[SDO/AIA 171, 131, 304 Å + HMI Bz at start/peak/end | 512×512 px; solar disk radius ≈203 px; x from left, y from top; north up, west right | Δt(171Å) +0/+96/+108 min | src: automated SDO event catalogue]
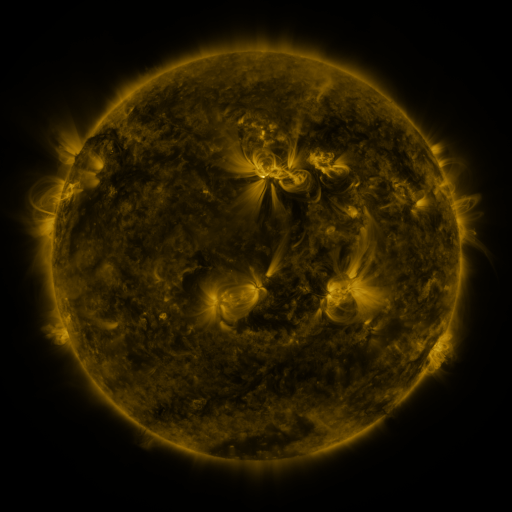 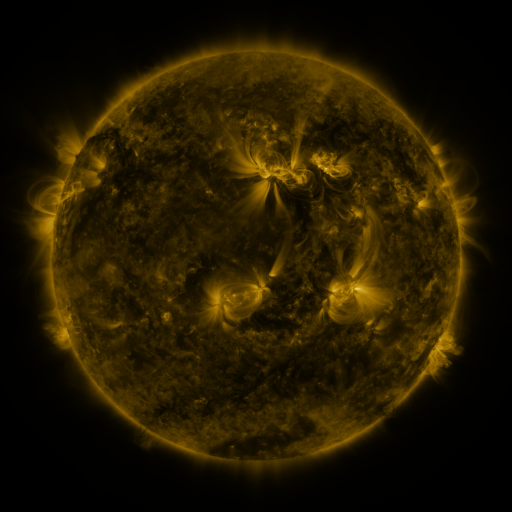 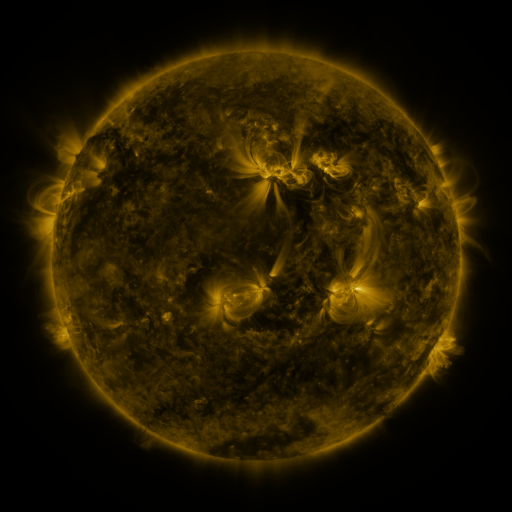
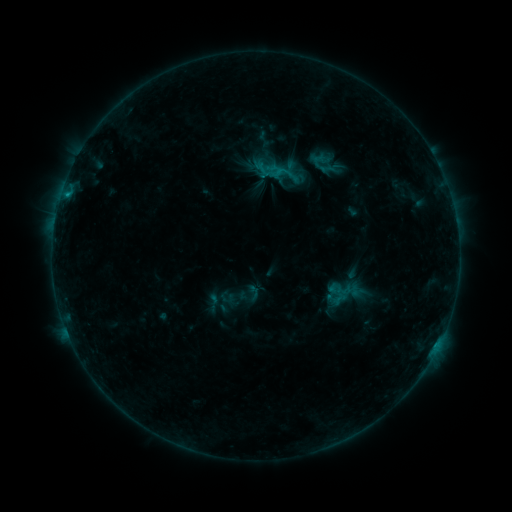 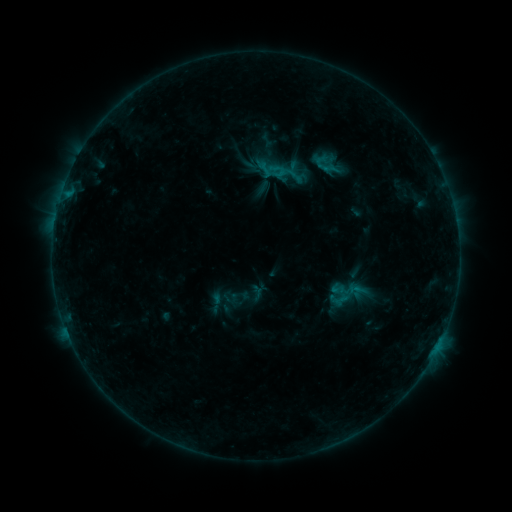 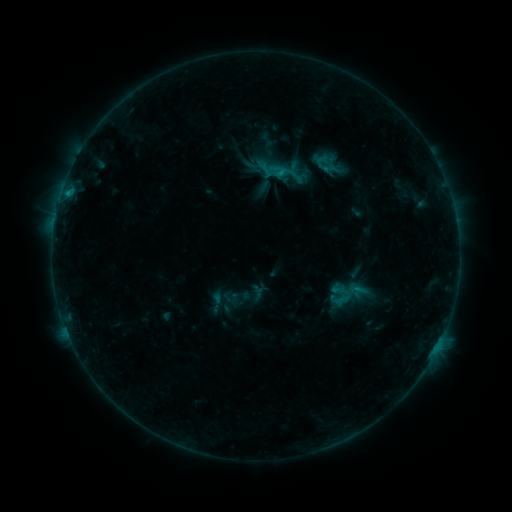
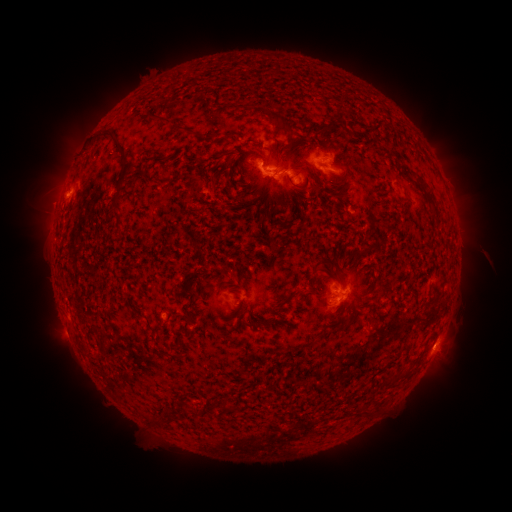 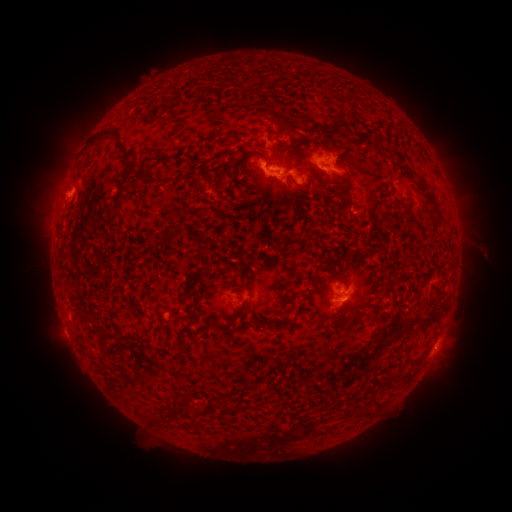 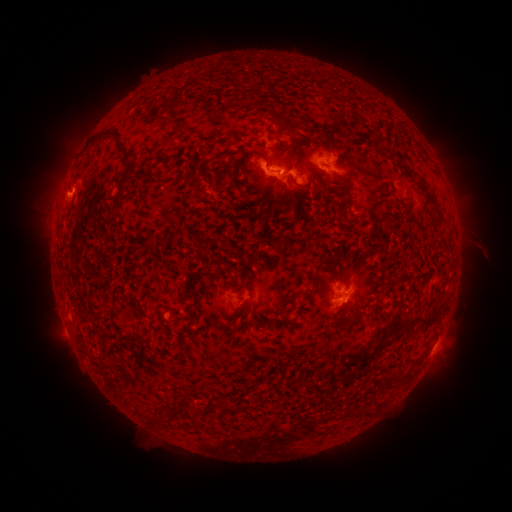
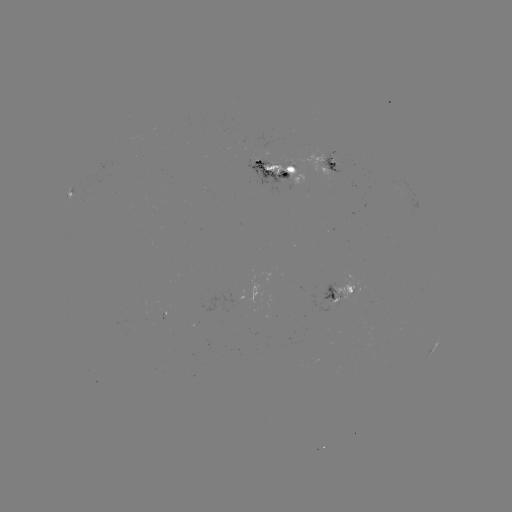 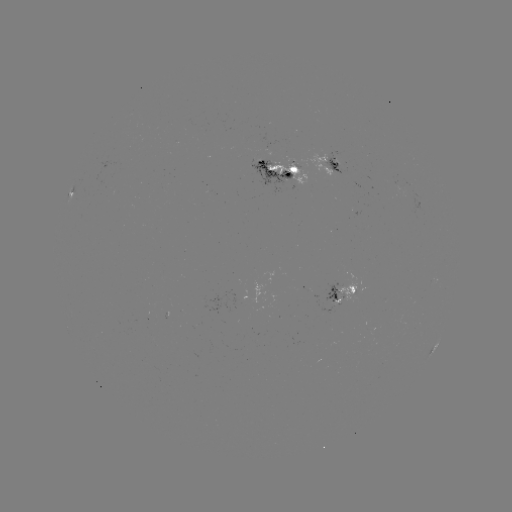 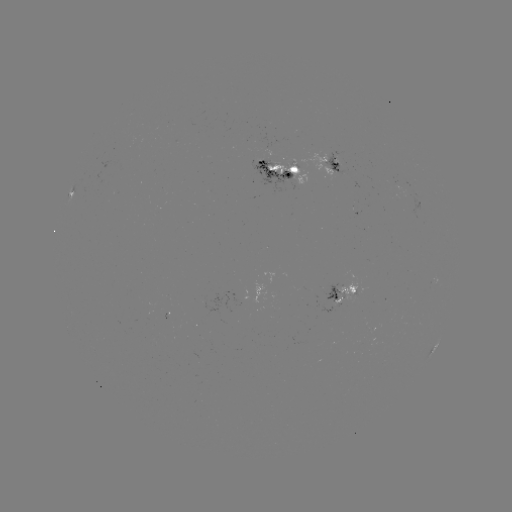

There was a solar emerging-flux region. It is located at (266, 165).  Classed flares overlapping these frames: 2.